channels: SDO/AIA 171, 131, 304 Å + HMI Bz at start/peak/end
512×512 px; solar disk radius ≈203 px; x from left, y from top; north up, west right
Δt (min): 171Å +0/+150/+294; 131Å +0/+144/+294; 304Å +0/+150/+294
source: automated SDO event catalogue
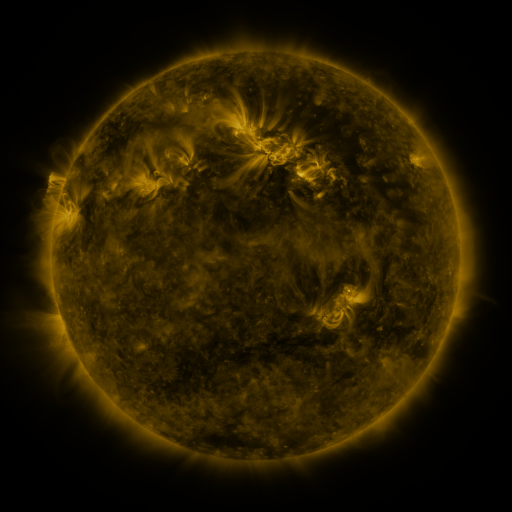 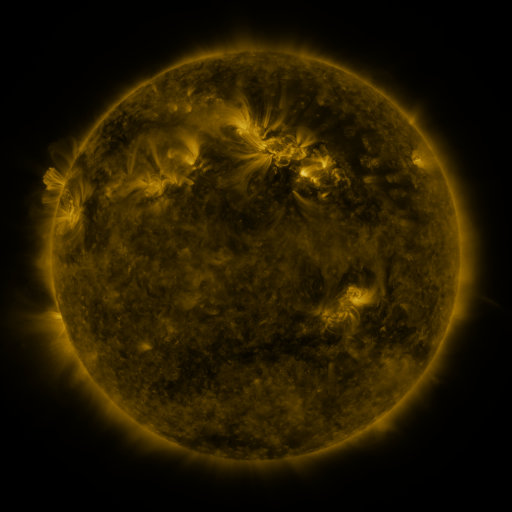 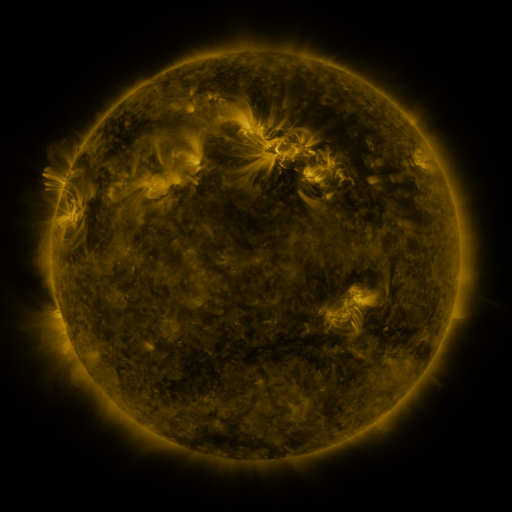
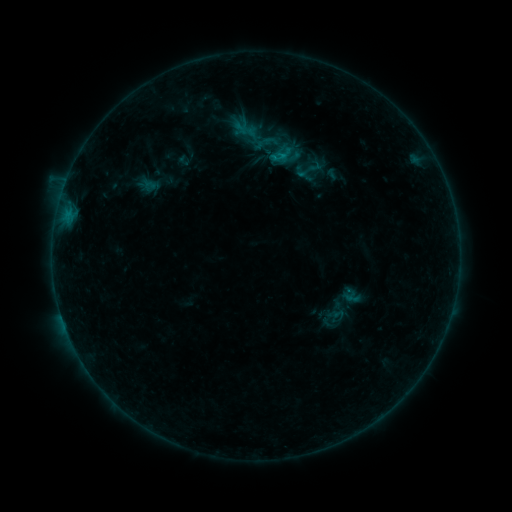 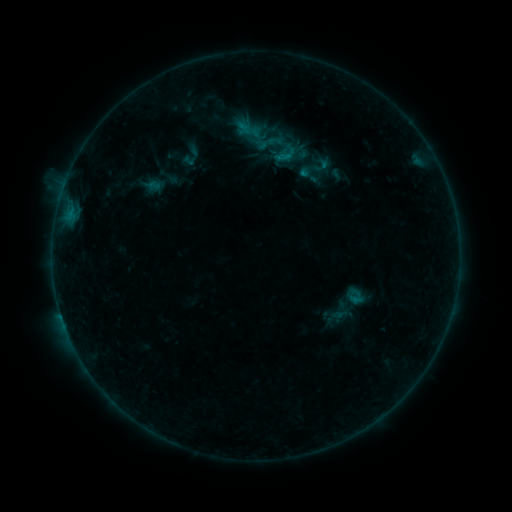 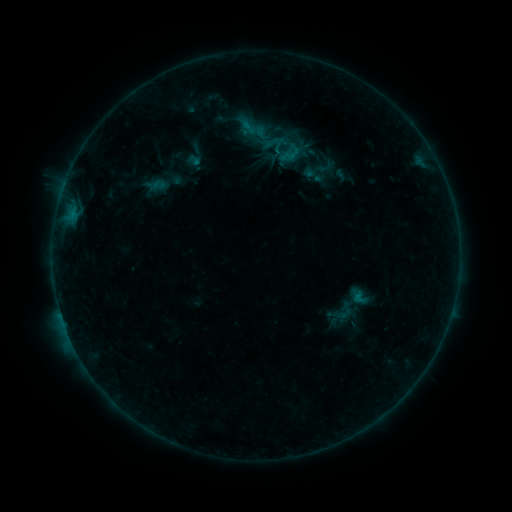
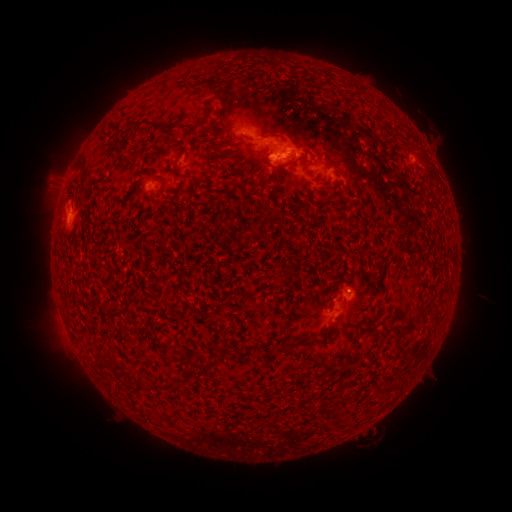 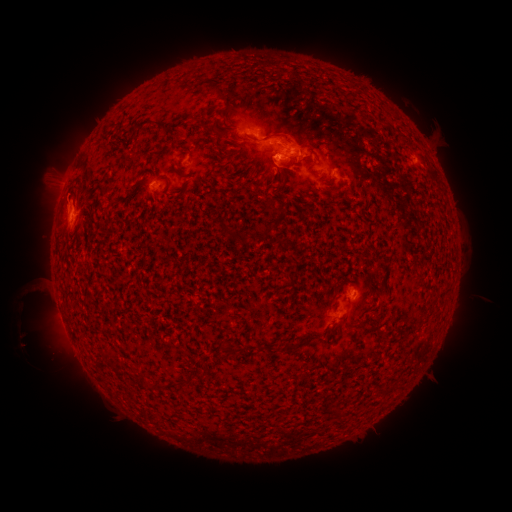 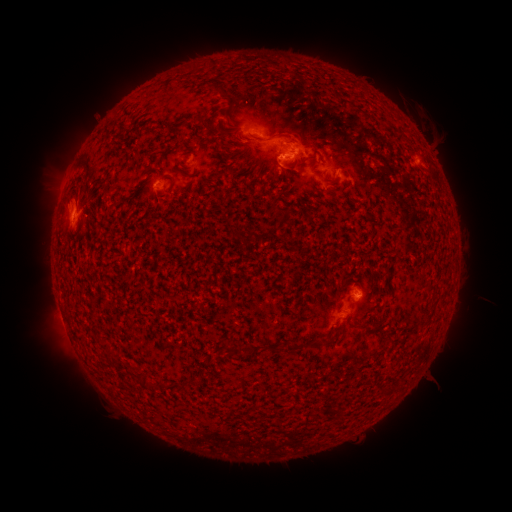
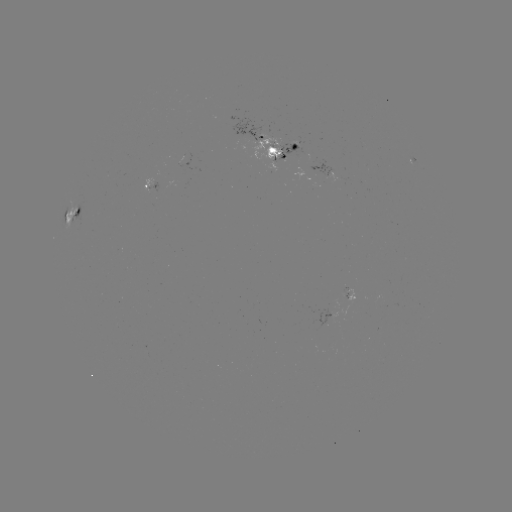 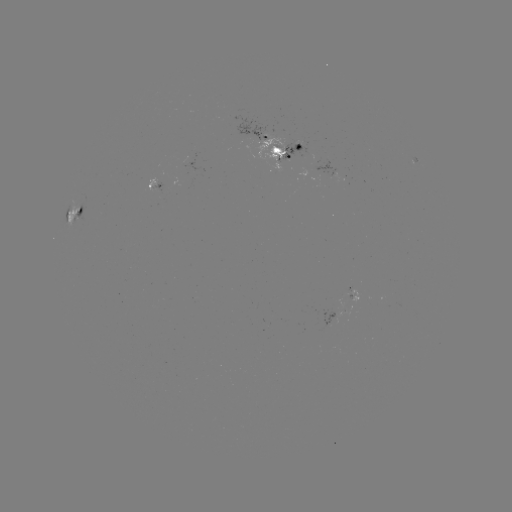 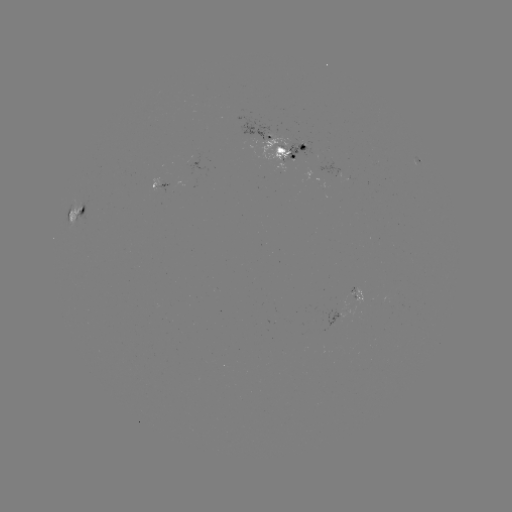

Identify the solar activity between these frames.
filament eruption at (46, 307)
